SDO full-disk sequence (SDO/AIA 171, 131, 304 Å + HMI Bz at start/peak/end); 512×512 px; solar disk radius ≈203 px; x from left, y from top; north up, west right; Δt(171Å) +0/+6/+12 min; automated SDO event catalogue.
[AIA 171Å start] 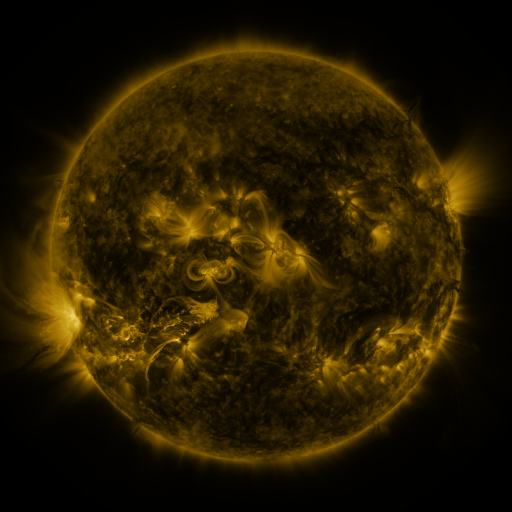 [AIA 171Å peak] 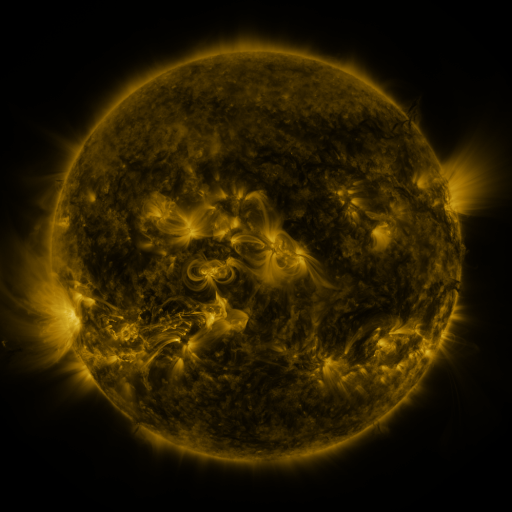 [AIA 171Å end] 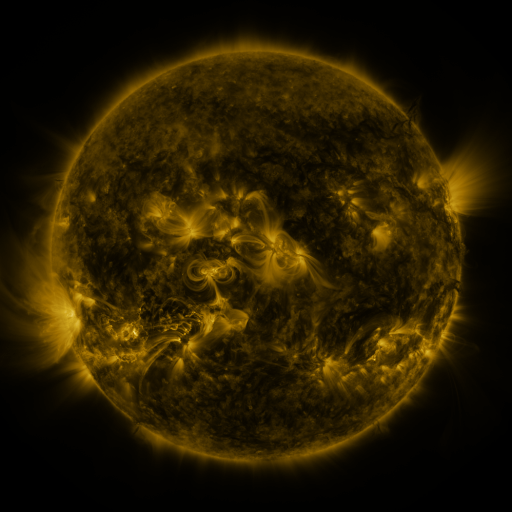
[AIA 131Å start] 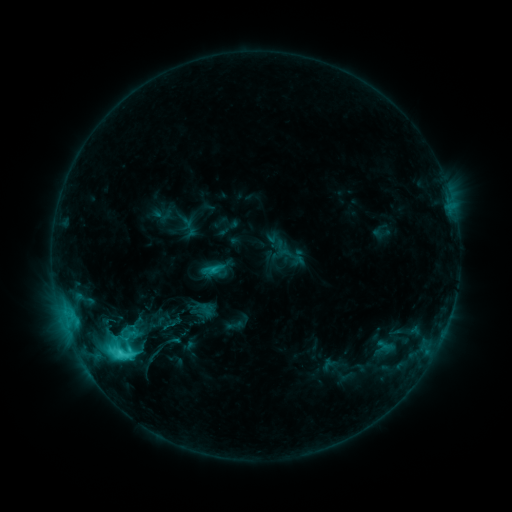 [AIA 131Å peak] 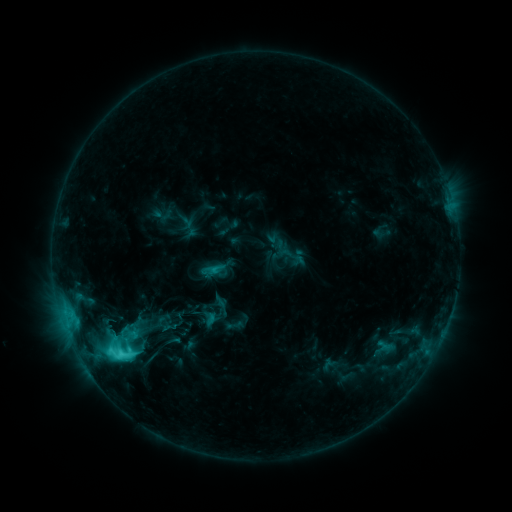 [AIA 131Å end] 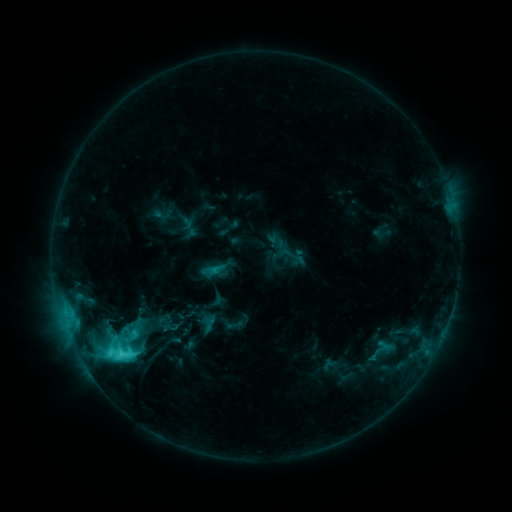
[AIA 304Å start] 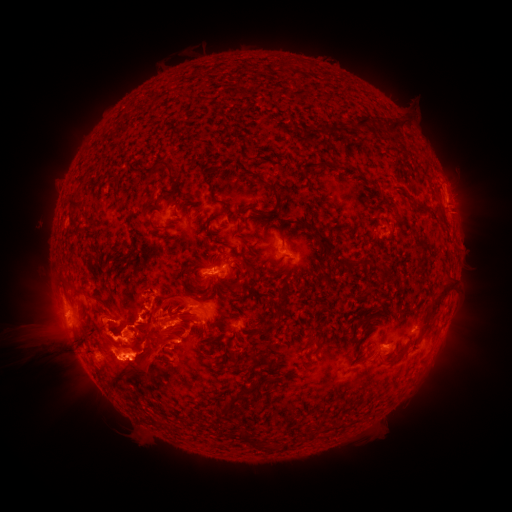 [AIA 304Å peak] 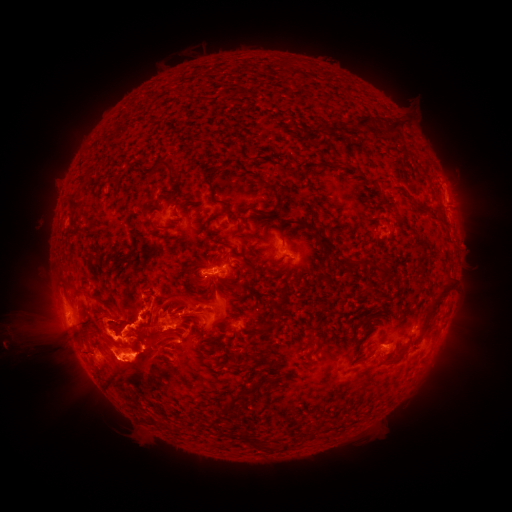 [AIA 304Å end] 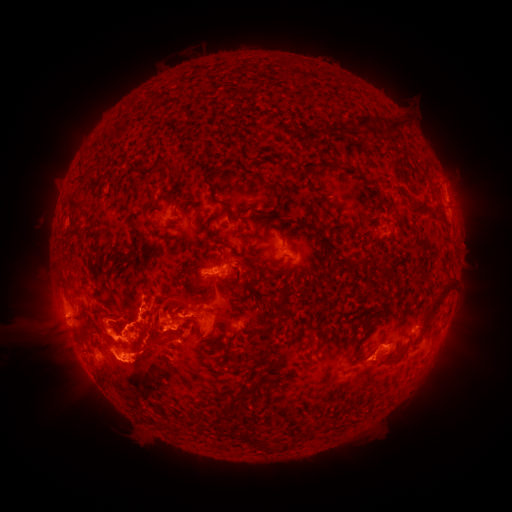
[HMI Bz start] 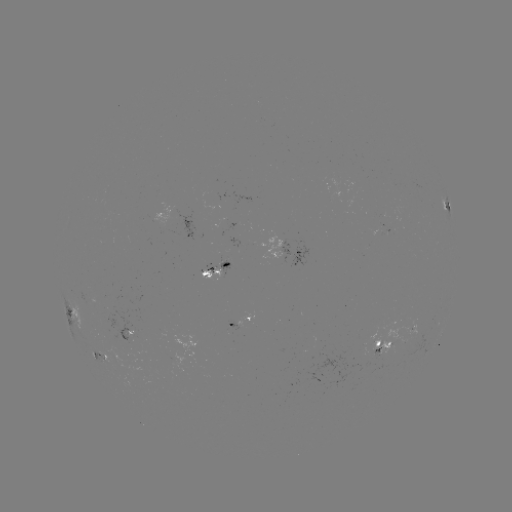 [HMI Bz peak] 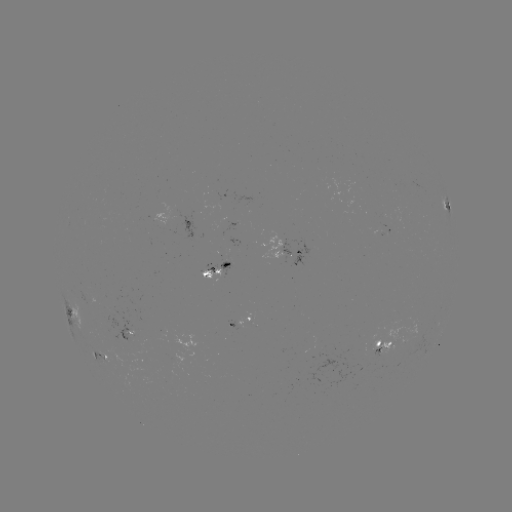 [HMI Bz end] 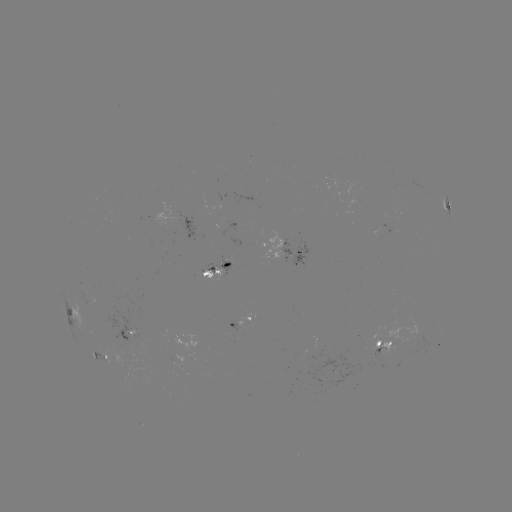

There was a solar eruption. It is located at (63, 296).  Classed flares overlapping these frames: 1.